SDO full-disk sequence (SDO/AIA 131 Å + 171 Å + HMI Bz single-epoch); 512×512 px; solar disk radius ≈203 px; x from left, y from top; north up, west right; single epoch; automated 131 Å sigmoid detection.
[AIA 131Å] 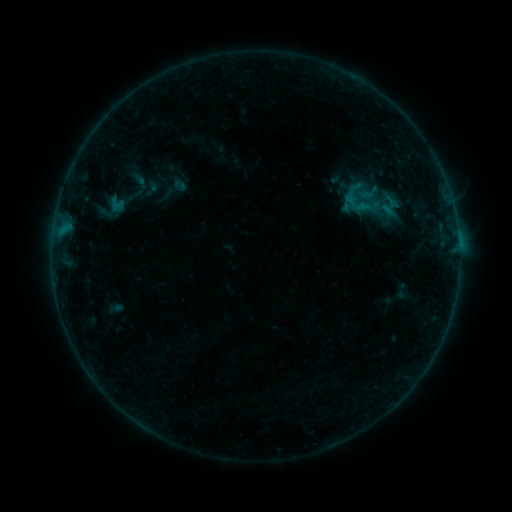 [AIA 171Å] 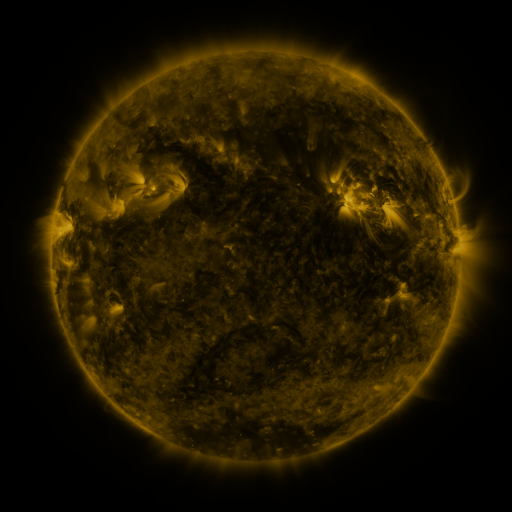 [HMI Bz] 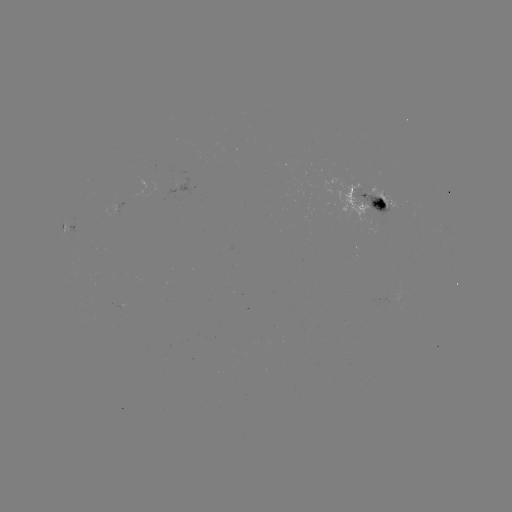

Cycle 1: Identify sigmoid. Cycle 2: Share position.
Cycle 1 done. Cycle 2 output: (364, 199).